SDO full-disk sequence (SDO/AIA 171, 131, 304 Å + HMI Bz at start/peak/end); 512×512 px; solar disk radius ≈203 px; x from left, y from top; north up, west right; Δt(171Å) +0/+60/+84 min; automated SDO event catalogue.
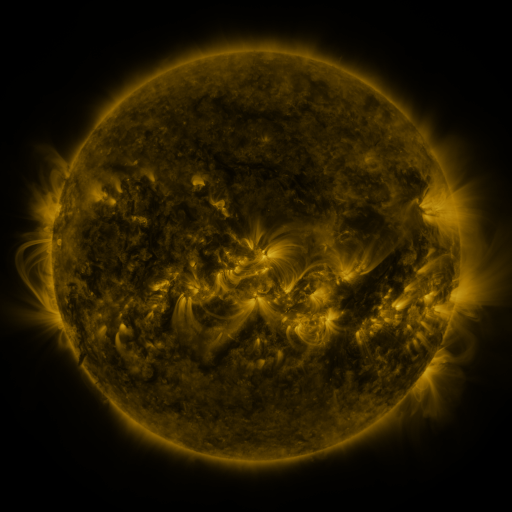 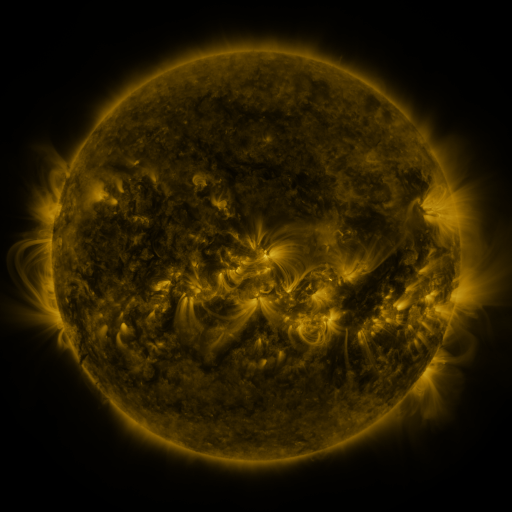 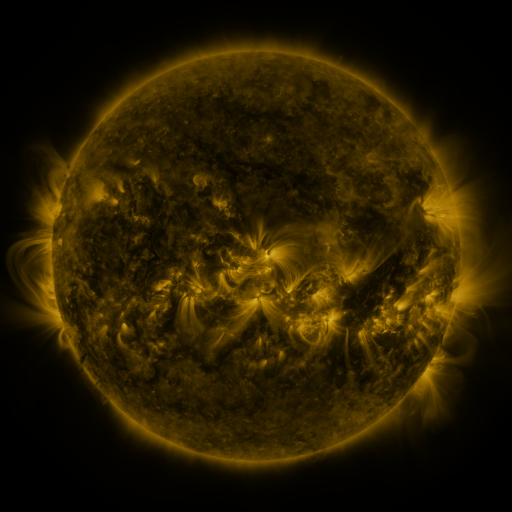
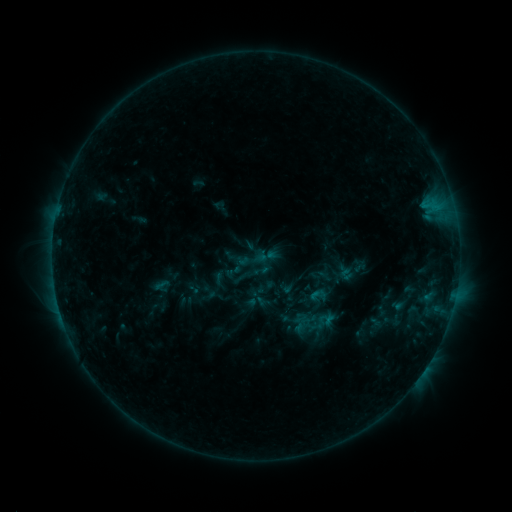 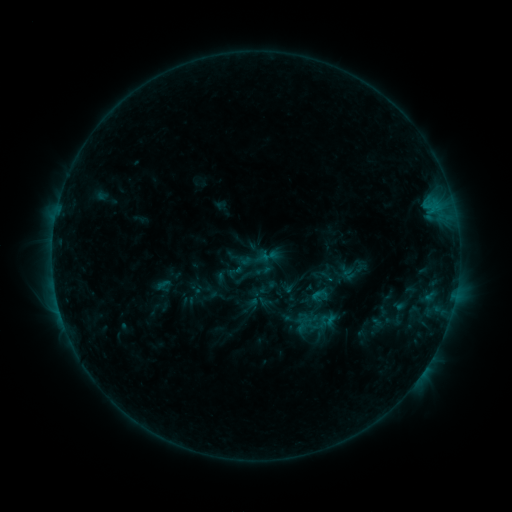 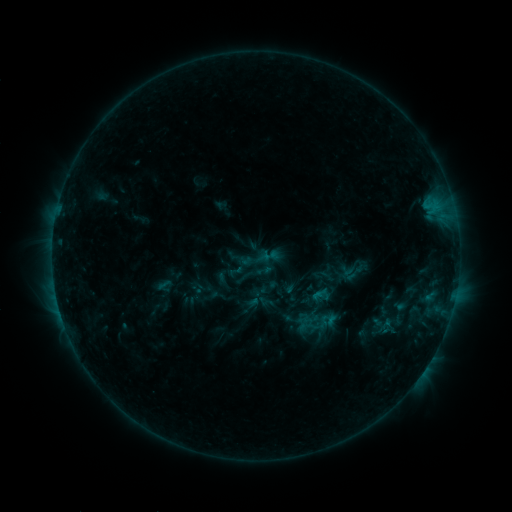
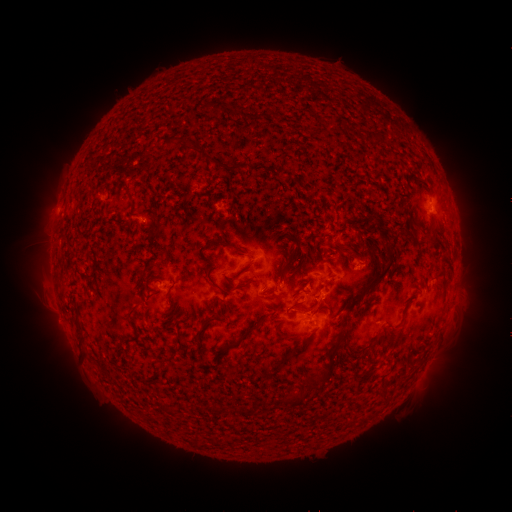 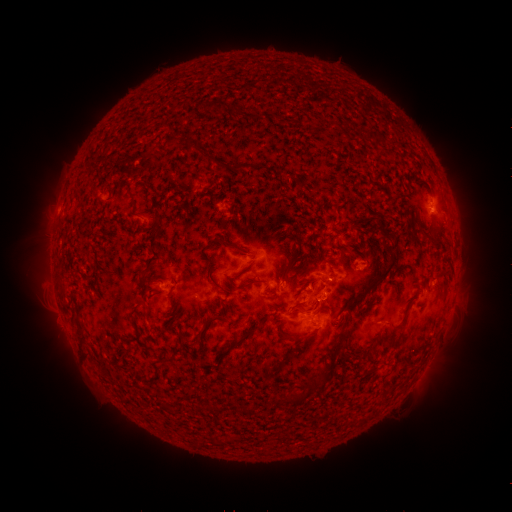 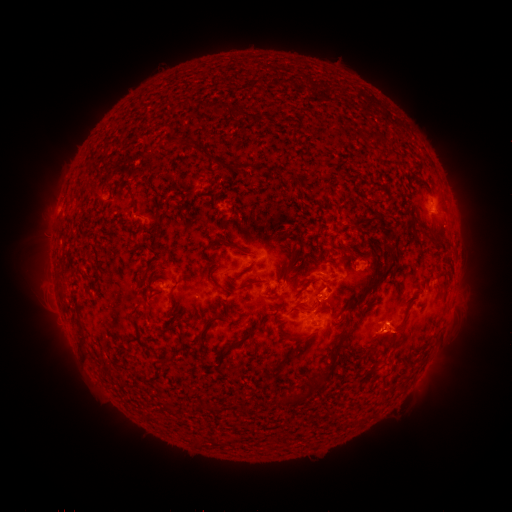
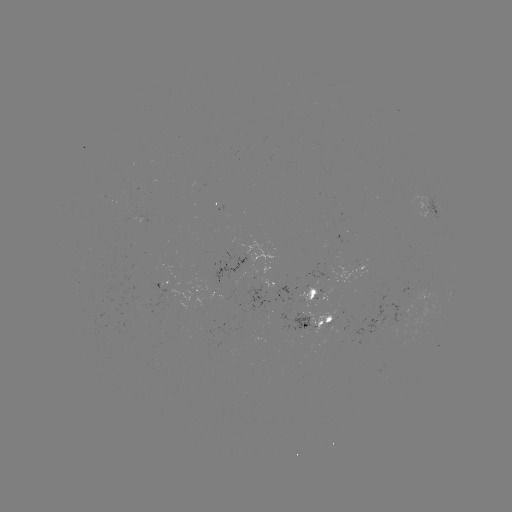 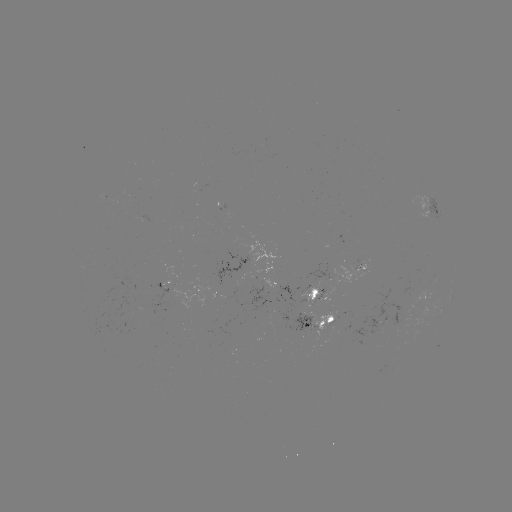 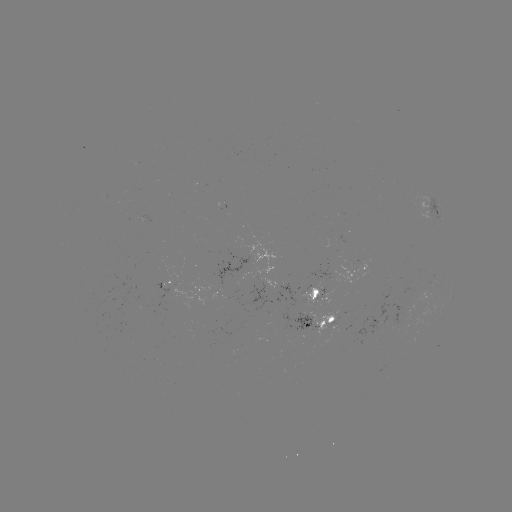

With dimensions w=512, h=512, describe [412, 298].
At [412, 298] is emerging-flux region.